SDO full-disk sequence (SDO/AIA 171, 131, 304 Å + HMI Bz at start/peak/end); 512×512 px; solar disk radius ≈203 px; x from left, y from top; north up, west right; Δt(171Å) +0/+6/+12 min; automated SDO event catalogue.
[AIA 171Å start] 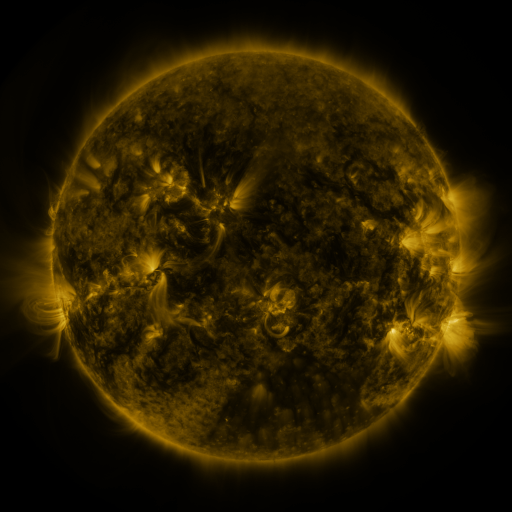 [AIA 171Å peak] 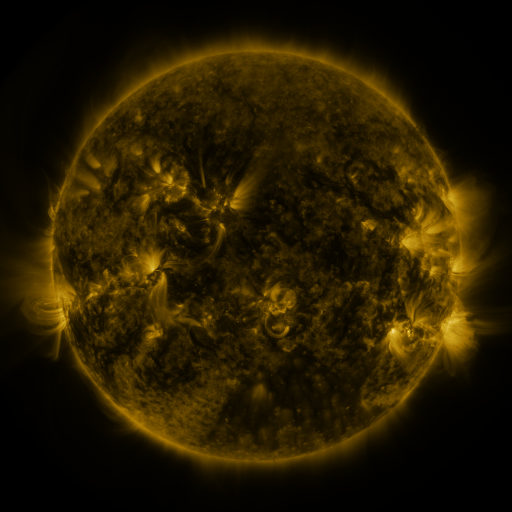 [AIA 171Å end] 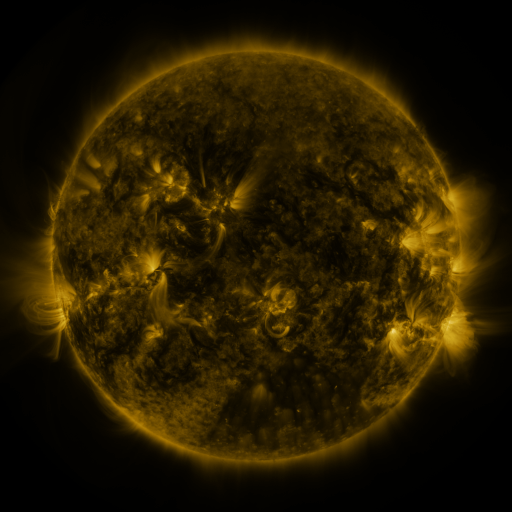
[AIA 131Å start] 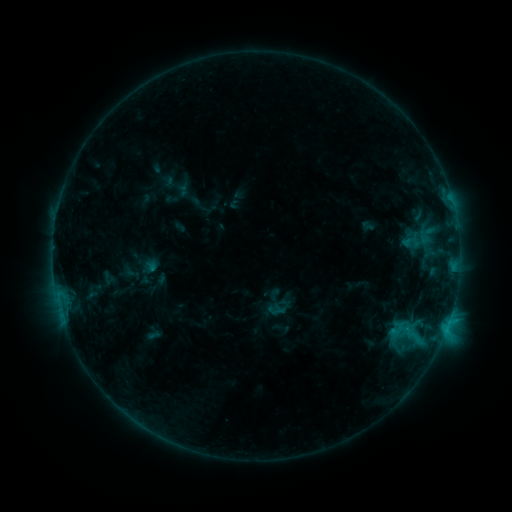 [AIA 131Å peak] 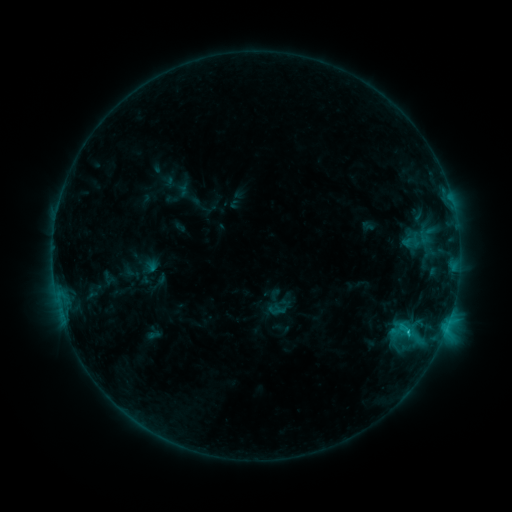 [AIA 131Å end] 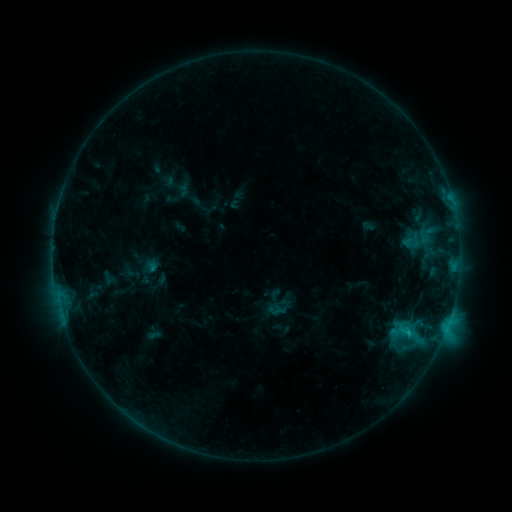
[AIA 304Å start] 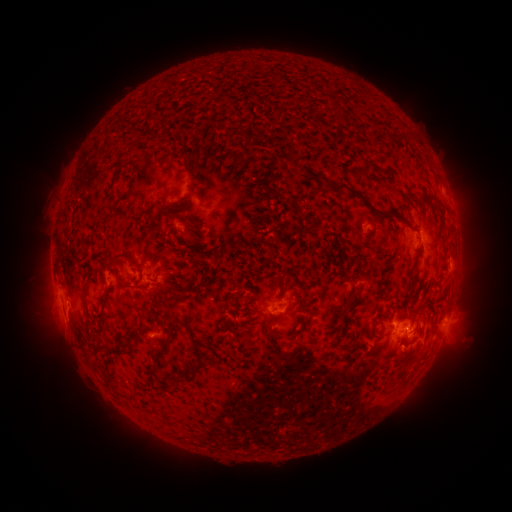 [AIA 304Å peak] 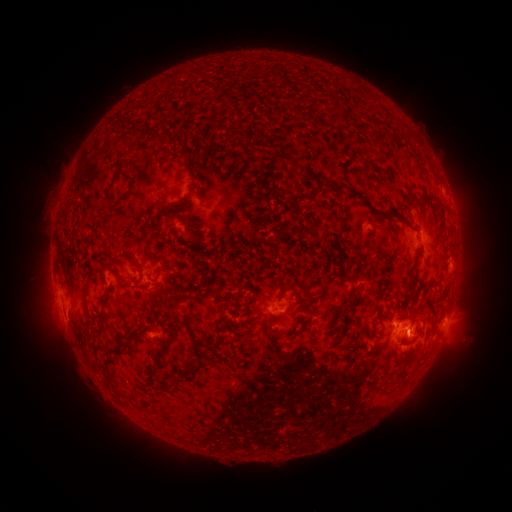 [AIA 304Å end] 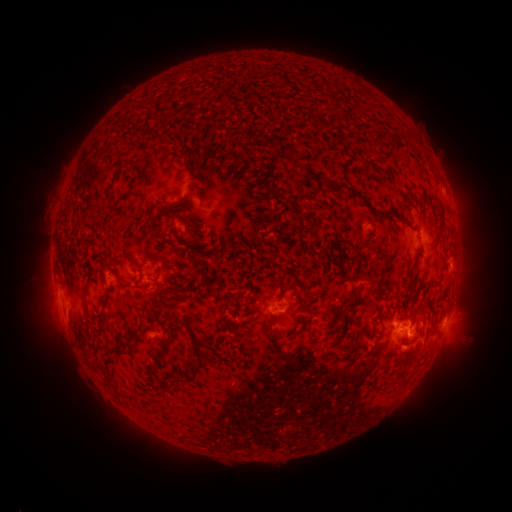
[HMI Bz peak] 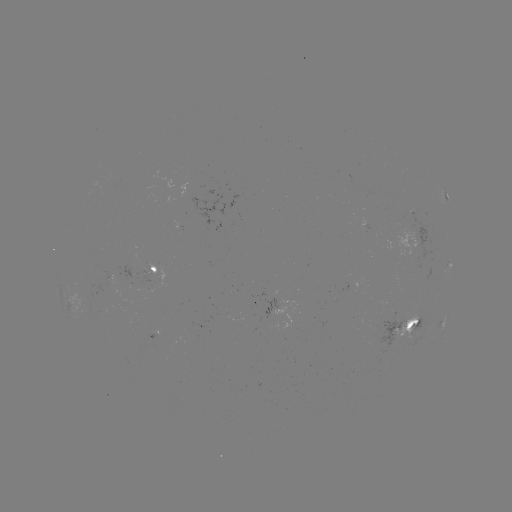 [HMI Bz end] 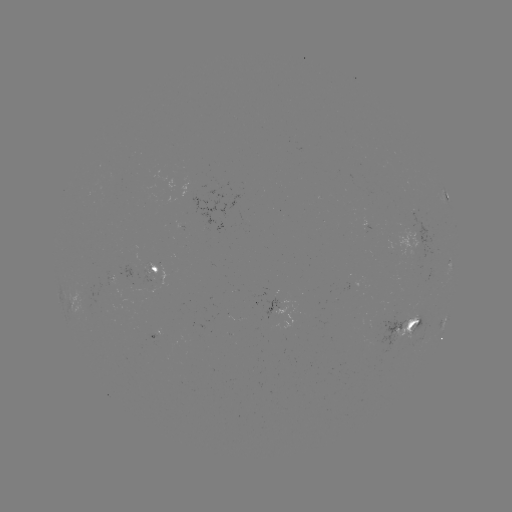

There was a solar flare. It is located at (407, 329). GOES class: C1.6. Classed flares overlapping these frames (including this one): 1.